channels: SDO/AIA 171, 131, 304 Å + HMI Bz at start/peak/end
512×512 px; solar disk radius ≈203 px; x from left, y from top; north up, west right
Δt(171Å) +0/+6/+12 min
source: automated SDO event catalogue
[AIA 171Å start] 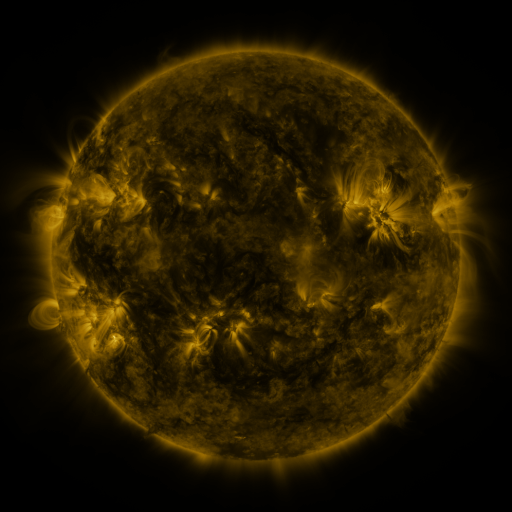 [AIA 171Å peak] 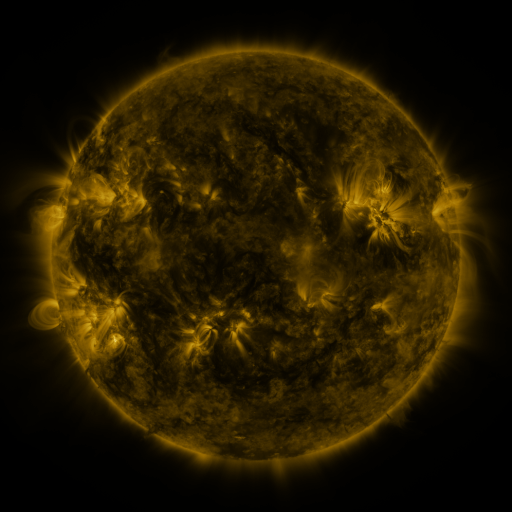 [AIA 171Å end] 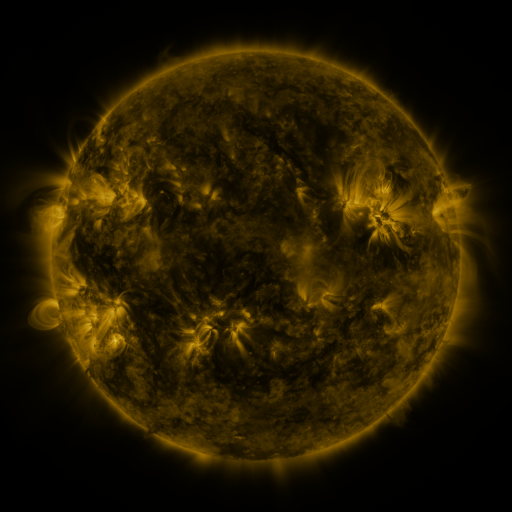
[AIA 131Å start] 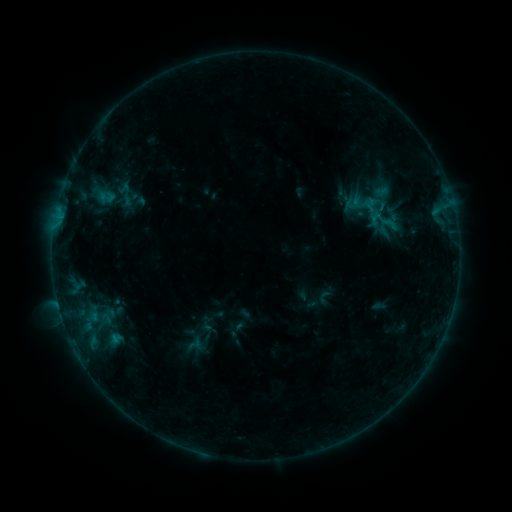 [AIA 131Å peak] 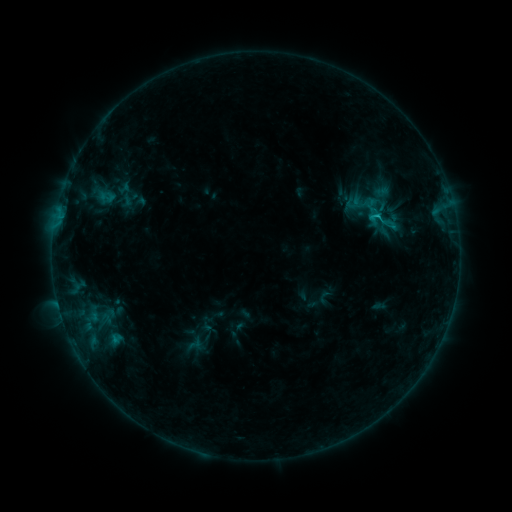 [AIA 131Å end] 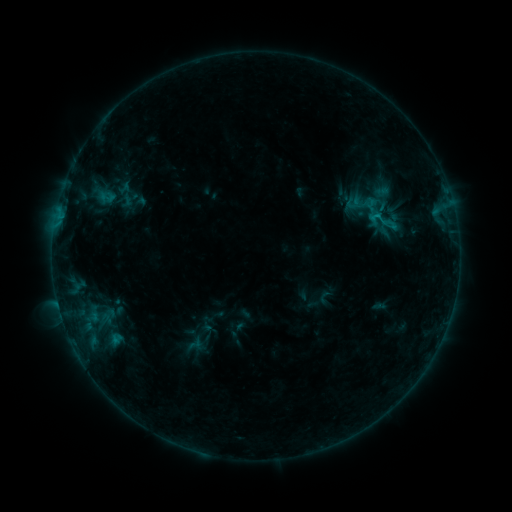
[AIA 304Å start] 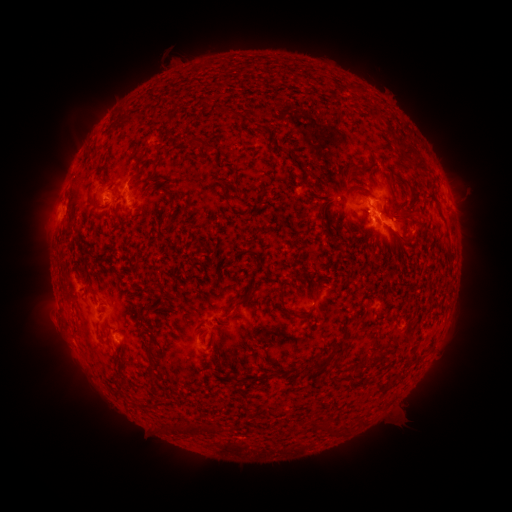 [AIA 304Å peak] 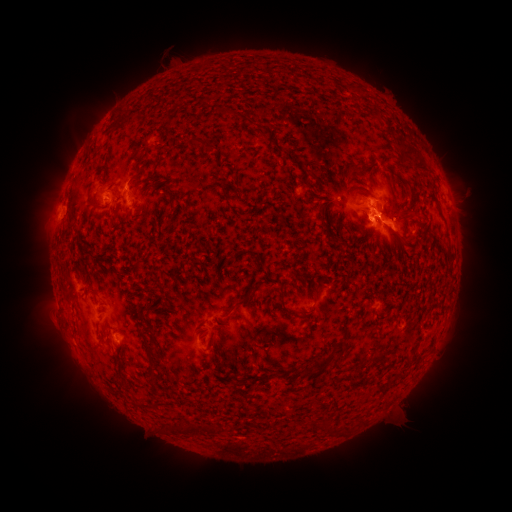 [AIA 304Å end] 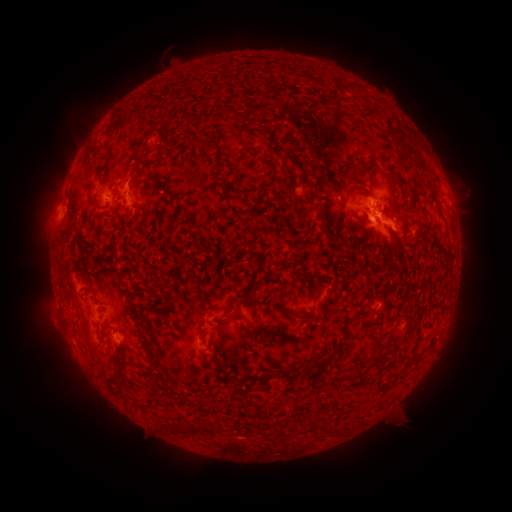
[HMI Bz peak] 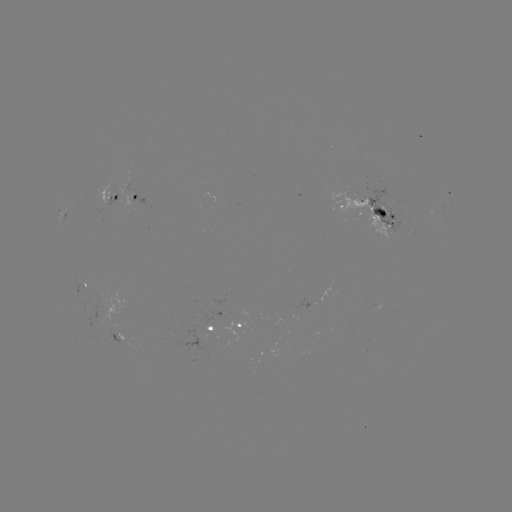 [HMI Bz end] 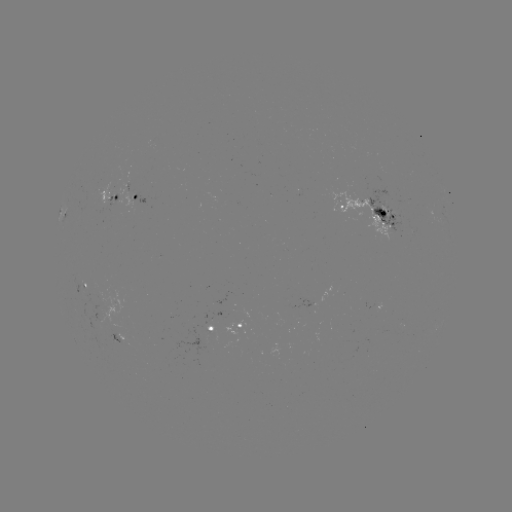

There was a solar flare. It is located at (377, 216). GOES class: B8.0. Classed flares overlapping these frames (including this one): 1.